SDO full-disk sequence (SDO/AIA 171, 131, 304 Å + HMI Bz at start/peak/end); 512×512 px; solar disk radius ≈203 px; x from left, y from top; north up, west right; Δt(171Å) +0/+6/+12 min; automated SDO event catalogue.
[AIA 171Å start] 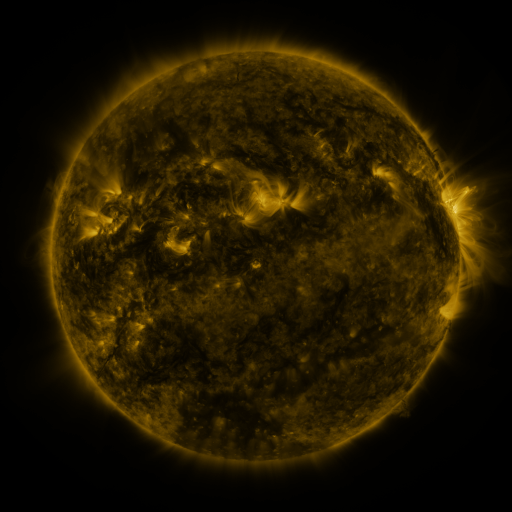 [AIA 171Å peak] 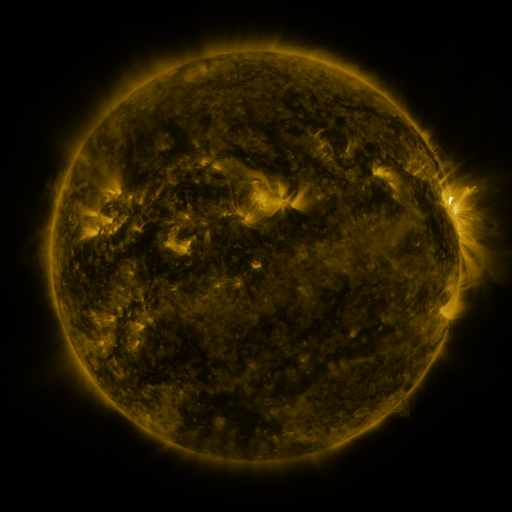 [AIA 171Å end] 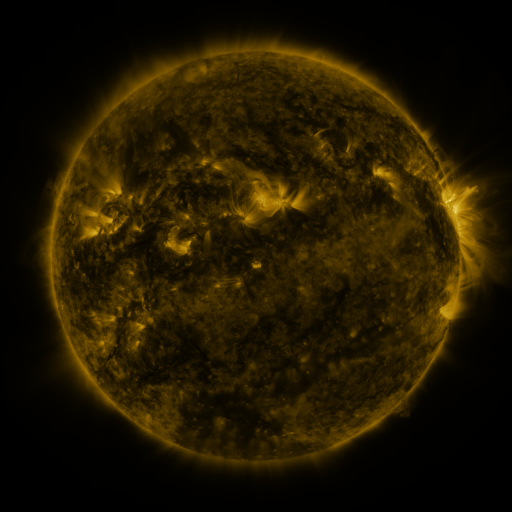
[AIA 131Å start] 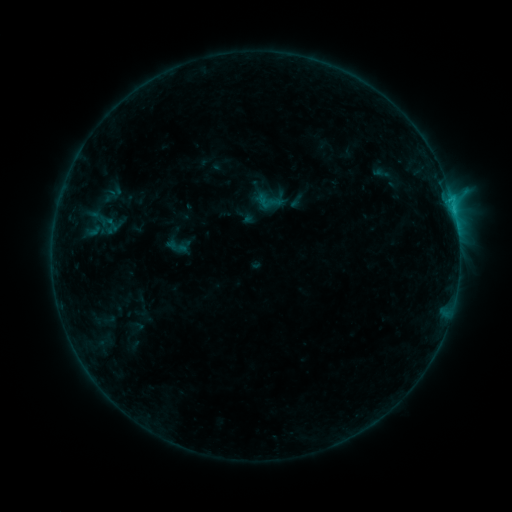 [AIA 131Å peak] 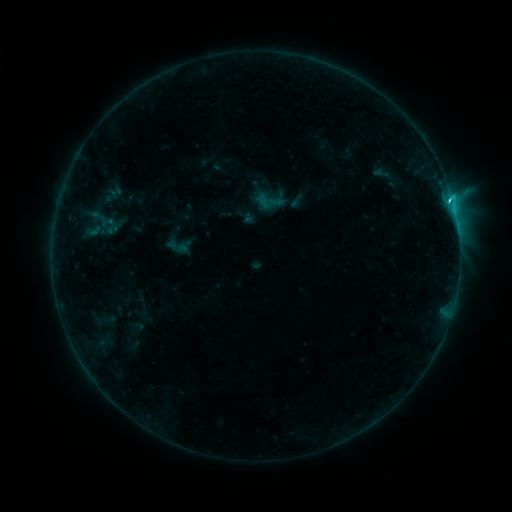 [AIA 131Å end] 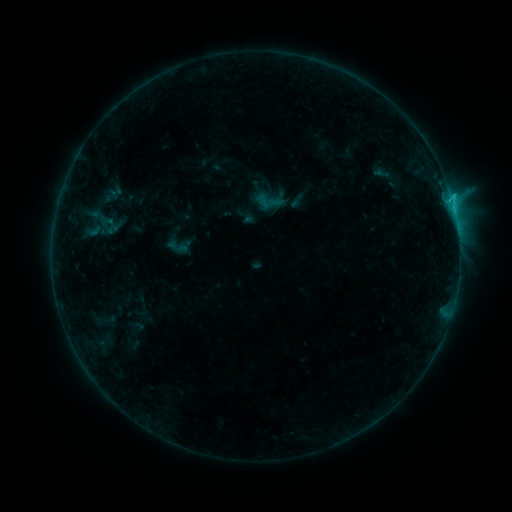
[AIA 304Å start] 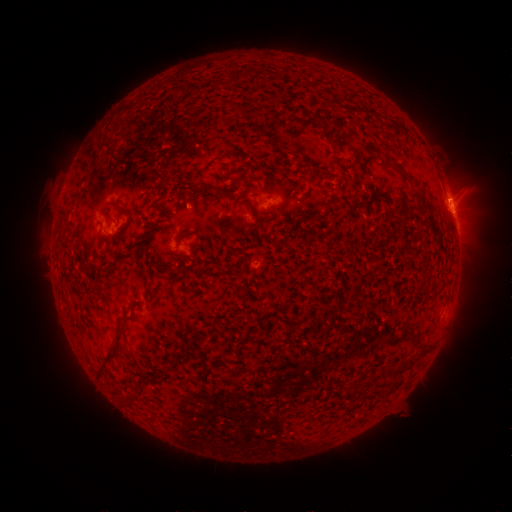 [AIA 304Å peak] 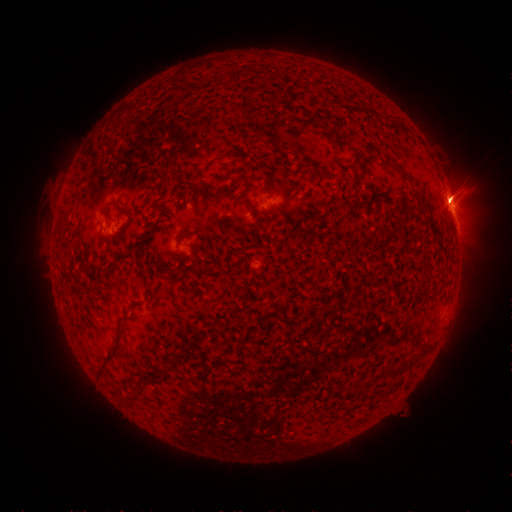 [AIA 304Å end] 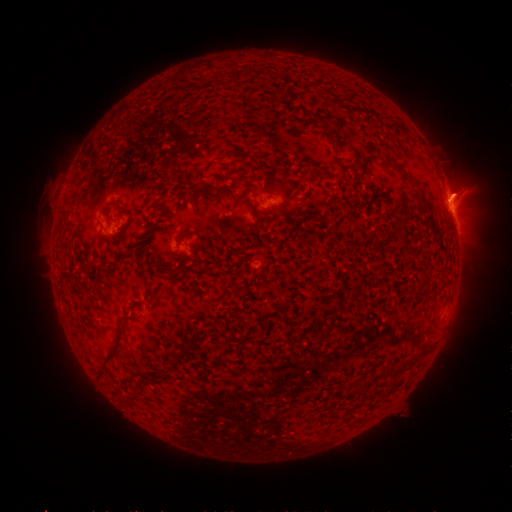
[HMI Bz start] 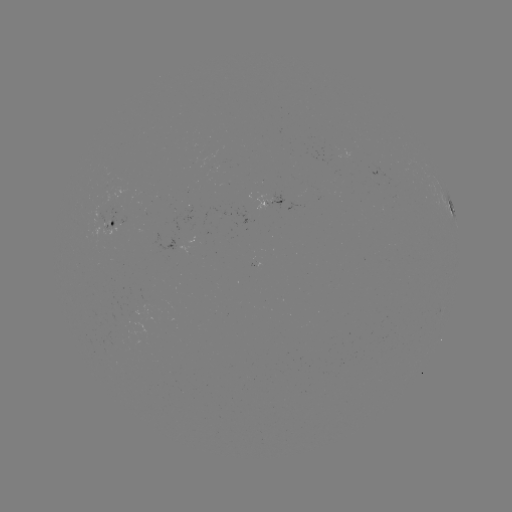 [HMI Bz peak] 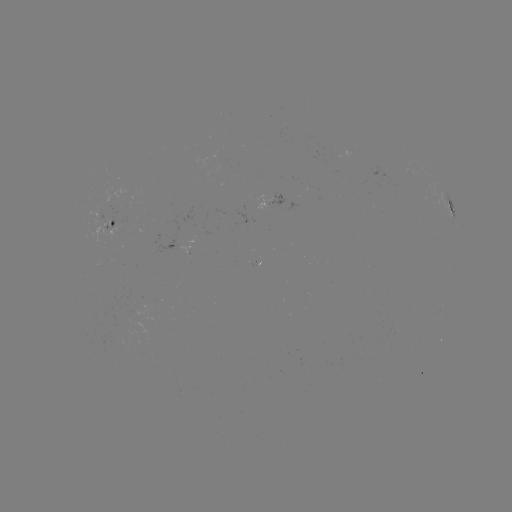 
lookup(C1.7 flare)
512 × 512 [449, 202]